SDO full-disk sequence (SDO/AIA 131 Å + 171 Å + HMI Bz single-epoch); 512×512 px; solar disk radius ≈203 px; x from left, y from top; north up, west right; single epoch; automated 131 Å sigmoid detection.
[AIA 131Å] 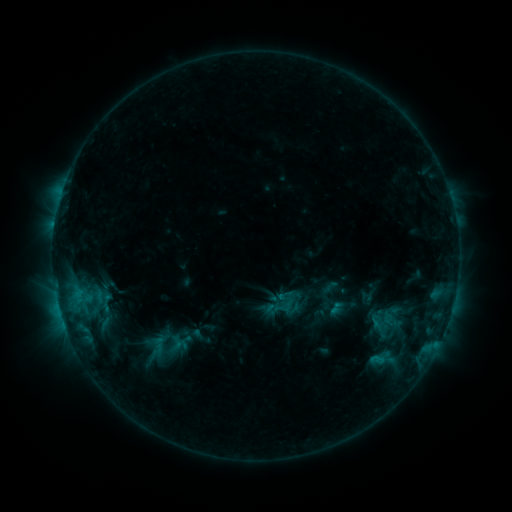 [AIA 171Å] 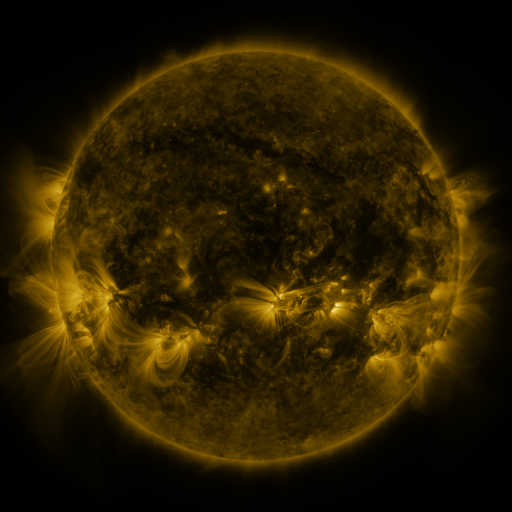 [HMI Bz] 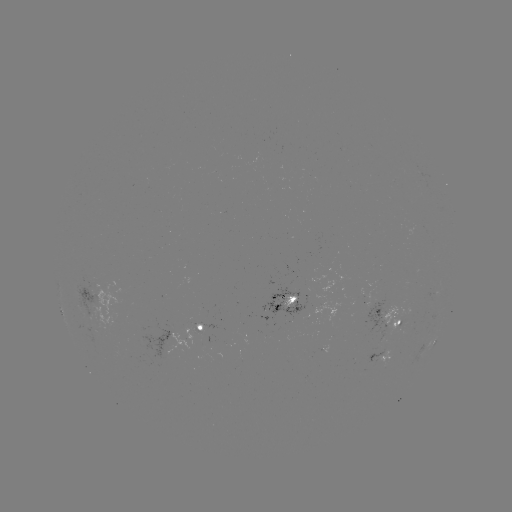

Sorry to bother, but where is sigmoid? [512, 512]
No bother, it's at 390,315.